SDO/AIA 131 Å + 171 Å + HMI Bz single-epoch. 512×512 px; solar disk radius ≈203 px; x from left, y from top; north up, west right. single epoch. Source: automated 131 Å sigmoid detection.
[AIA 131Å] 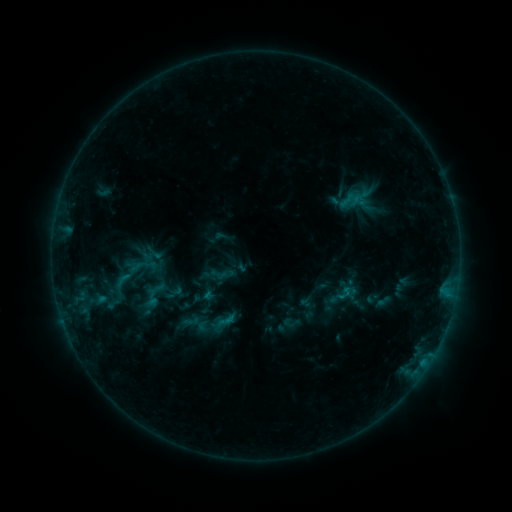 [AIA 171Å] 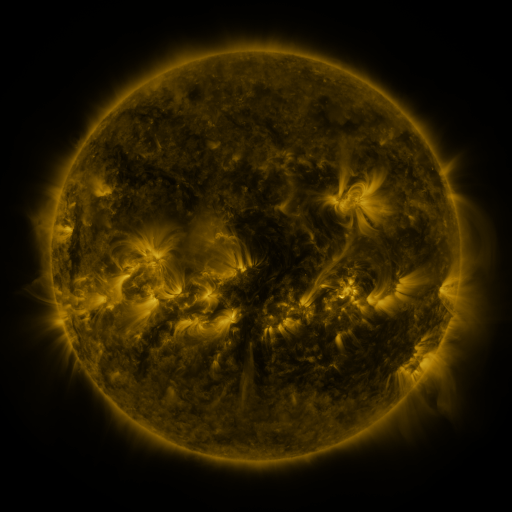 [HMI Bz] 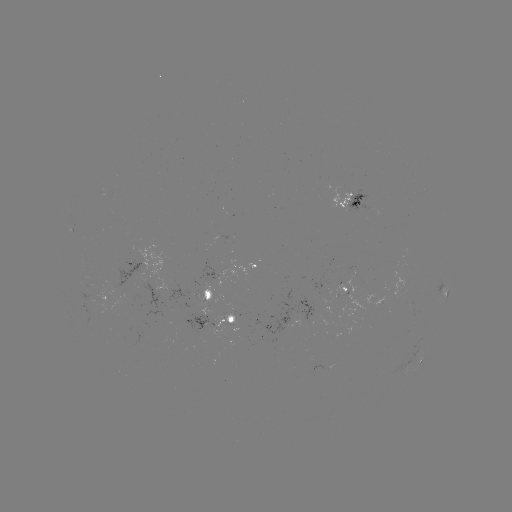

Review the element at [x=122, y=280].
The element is sigmoid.